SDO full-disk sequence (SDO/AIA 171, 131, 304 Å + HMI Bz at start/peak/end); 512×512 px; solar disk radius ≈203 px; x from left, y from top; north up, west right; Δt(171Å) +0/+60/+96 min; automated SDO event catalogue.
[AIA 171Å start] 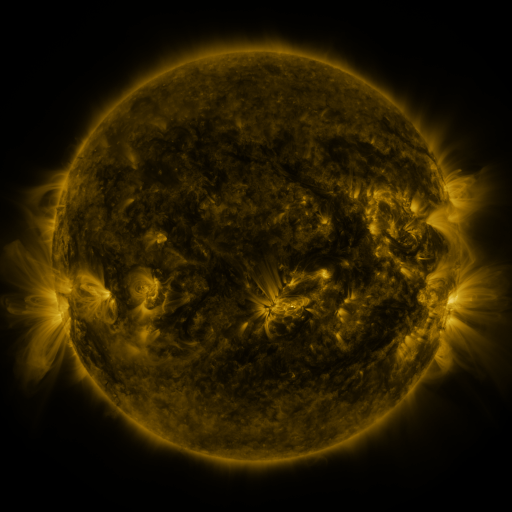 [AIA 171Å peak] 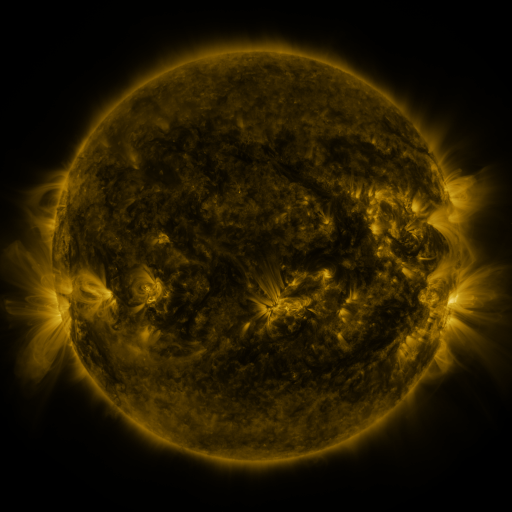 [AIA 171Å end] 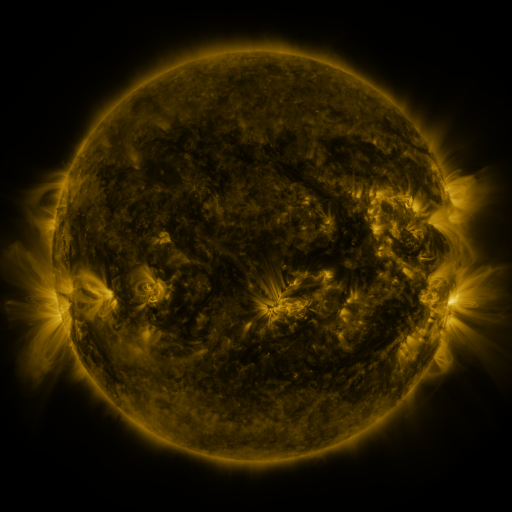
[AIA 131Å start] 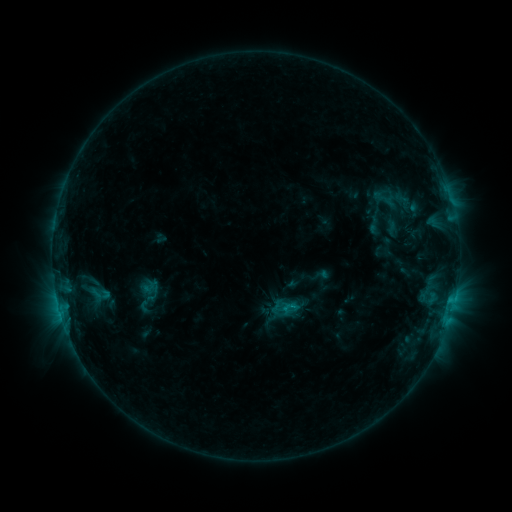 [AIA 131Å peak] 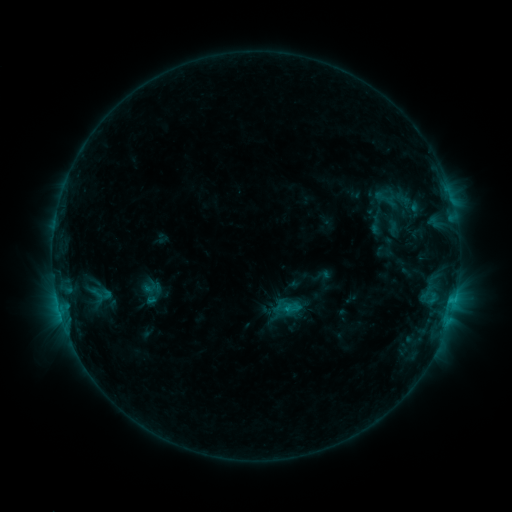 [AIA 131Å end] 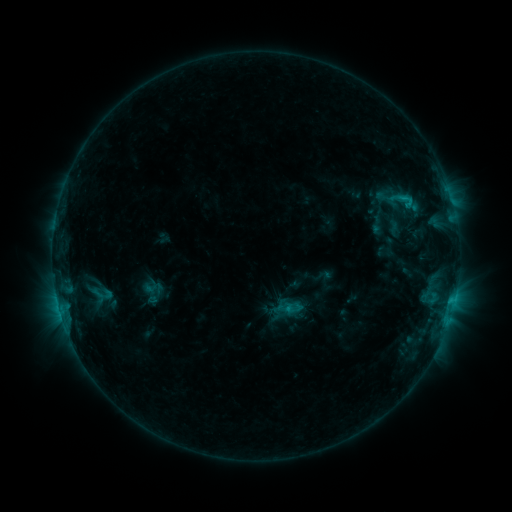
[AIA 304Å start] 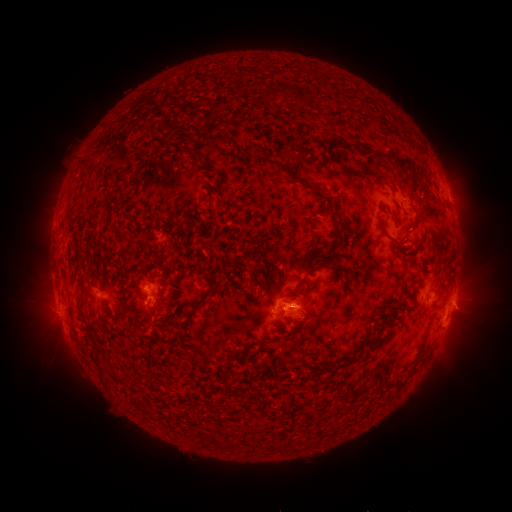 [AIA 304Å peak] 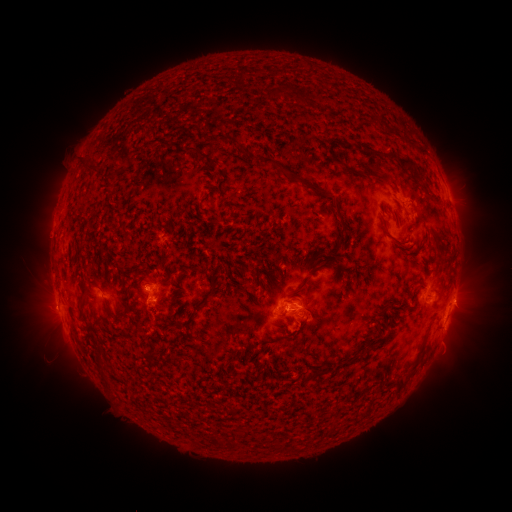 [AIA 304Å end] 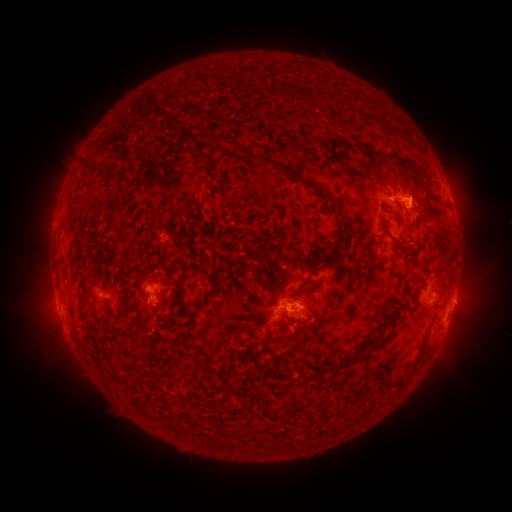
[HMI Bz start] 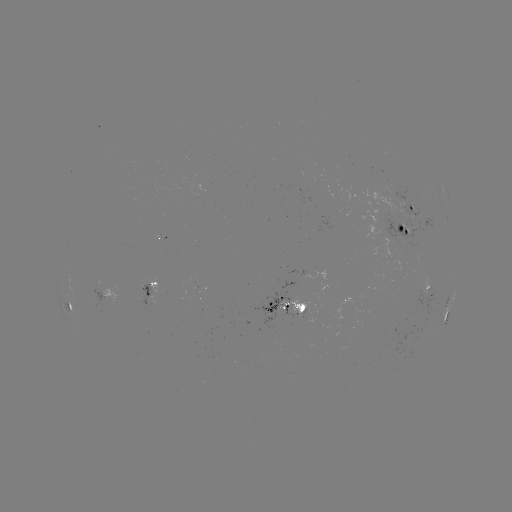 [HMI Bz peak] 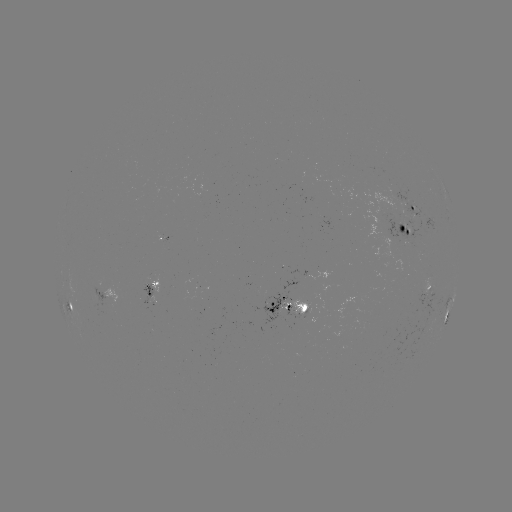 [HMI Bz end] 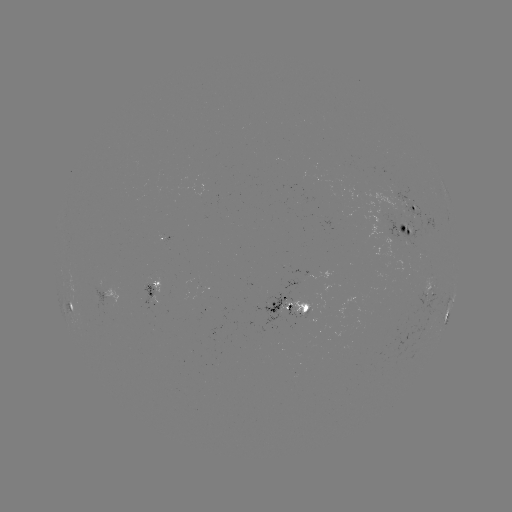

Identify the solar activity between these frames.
emerging-flux region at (378, 220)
